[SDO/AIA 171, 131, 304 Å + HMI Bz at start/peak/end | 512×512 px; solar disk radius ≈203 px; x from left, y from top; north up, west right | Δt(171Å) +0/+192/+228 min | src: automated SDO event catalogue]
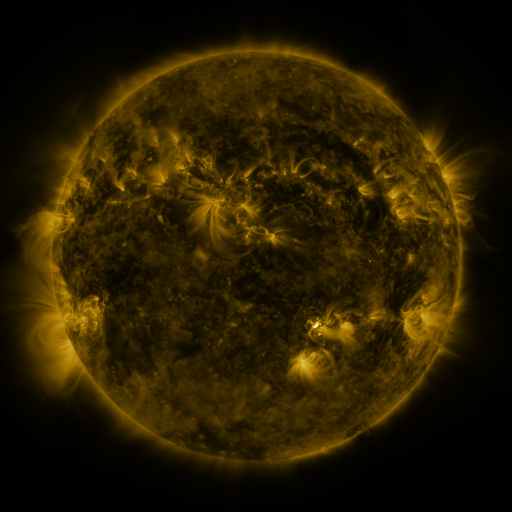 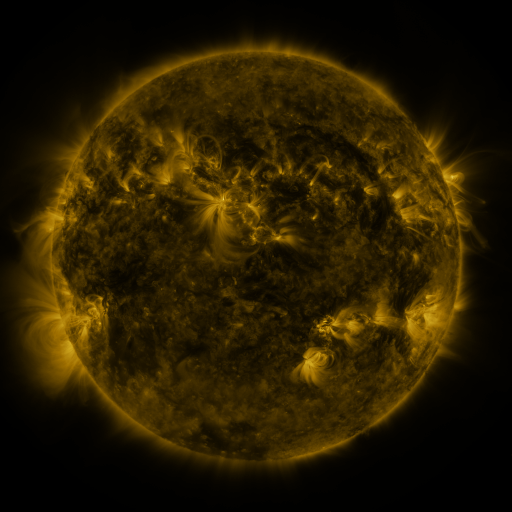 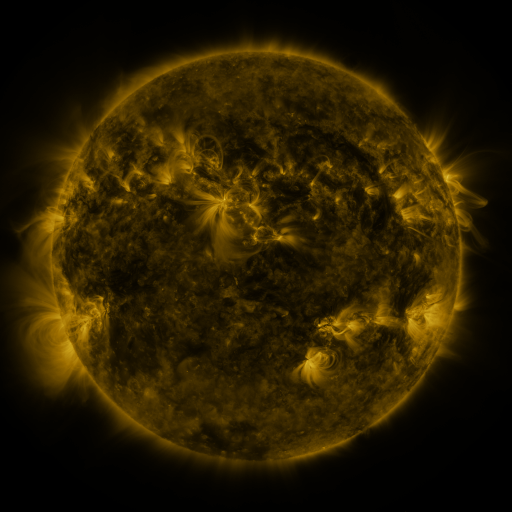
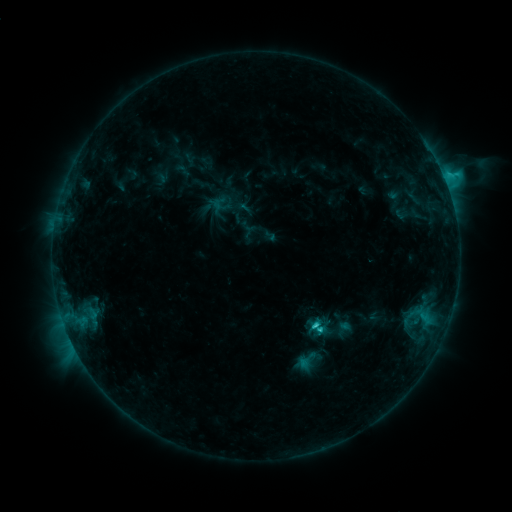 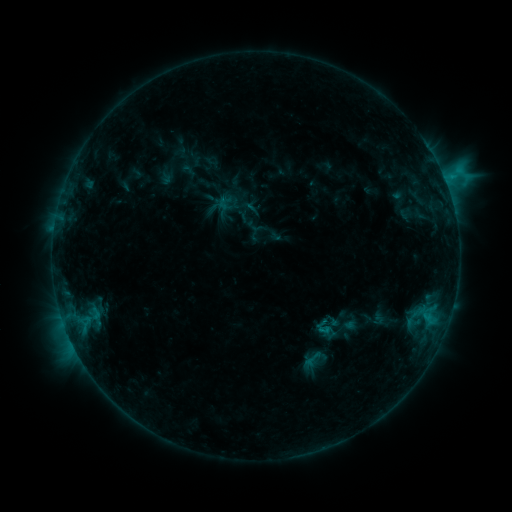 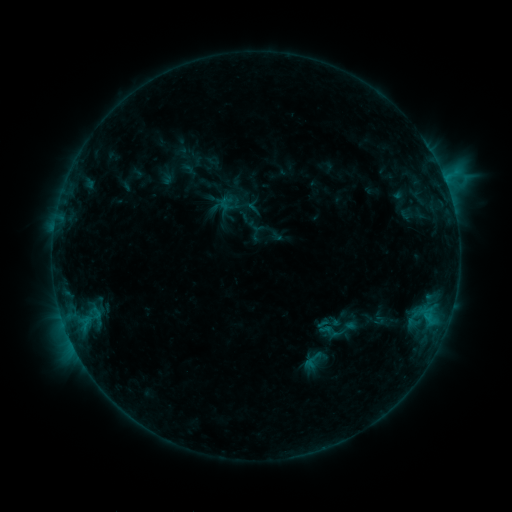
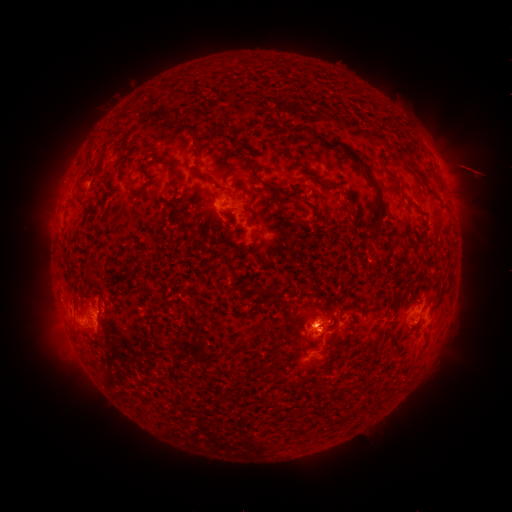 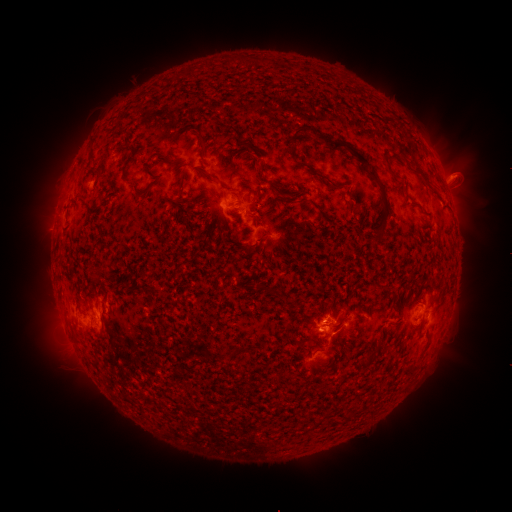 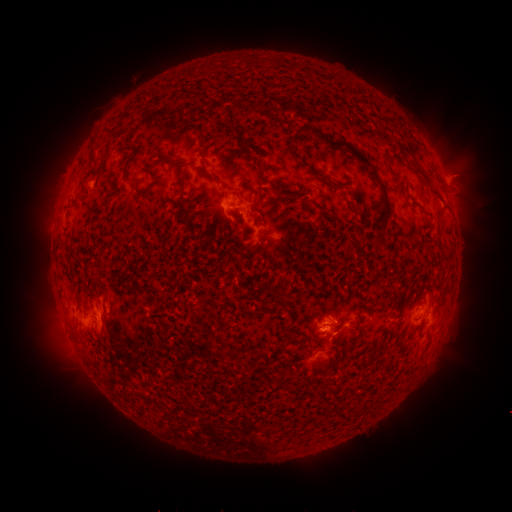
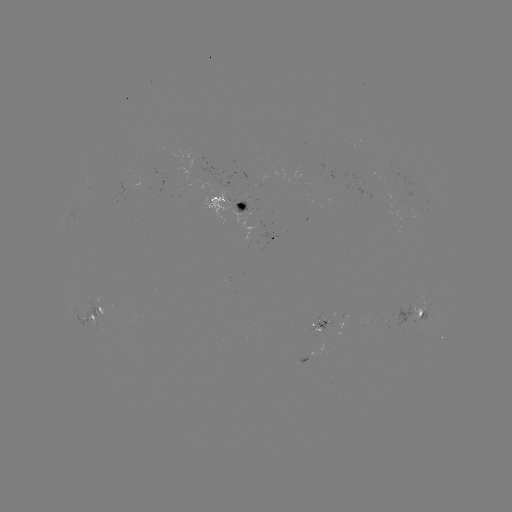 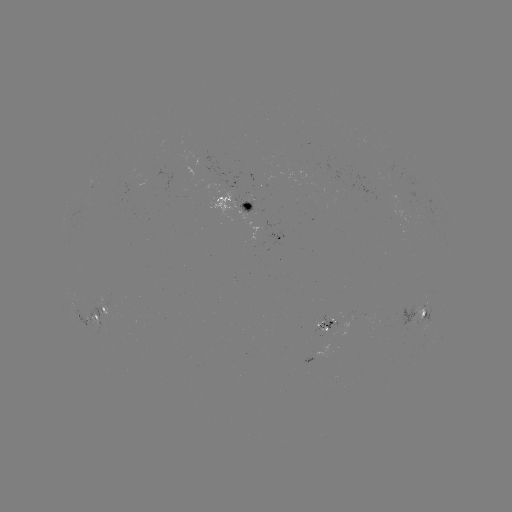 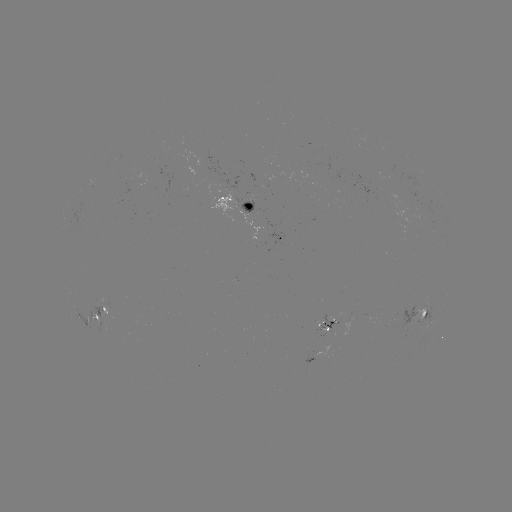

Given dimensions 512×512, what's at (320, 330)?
emerging-flux region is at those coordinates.